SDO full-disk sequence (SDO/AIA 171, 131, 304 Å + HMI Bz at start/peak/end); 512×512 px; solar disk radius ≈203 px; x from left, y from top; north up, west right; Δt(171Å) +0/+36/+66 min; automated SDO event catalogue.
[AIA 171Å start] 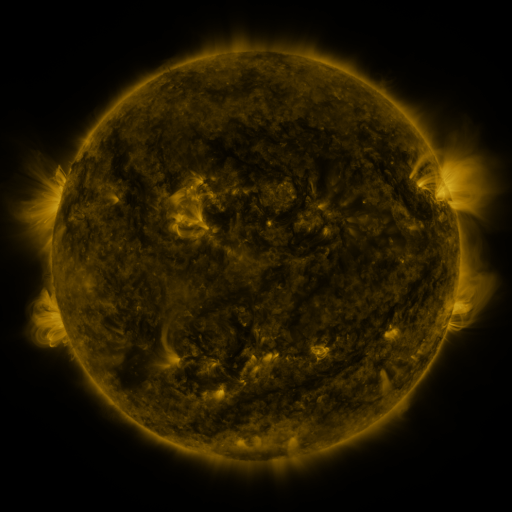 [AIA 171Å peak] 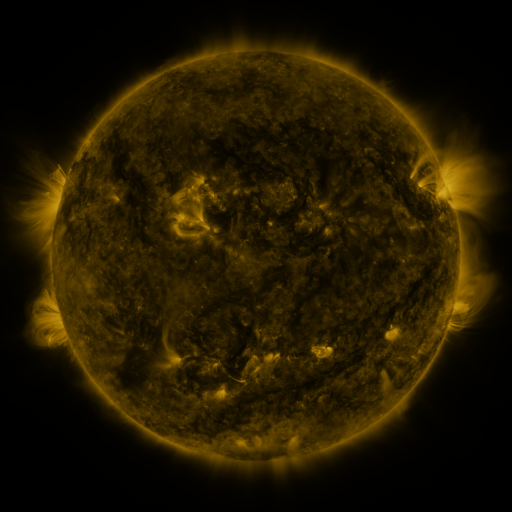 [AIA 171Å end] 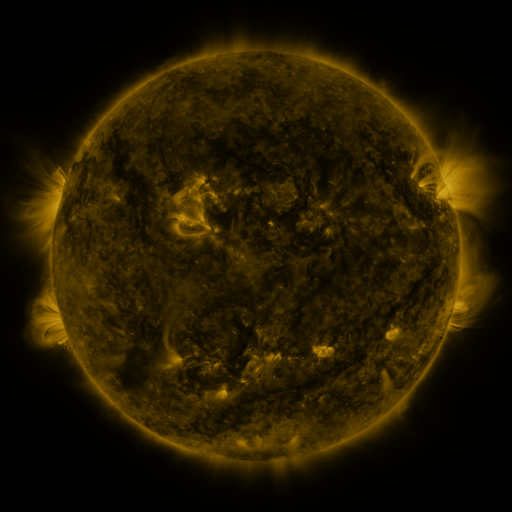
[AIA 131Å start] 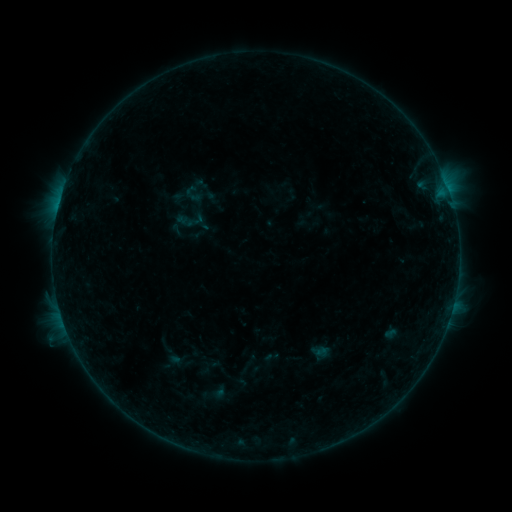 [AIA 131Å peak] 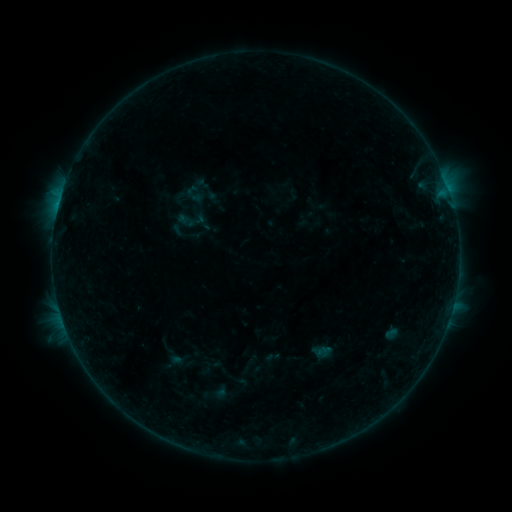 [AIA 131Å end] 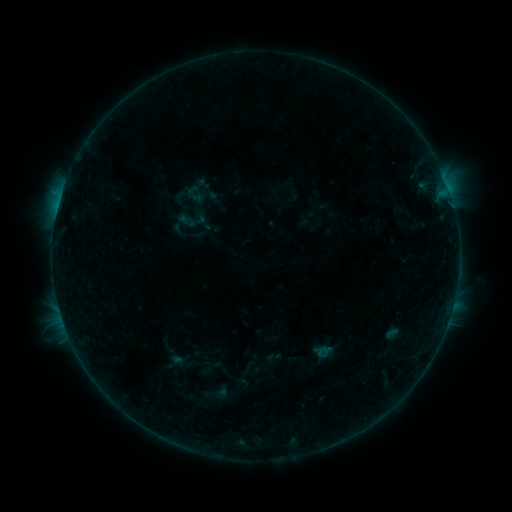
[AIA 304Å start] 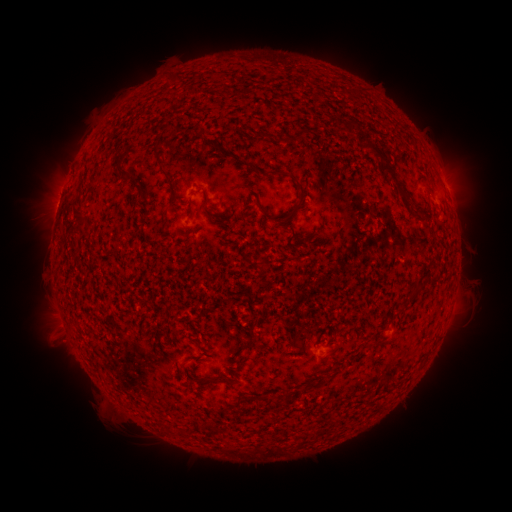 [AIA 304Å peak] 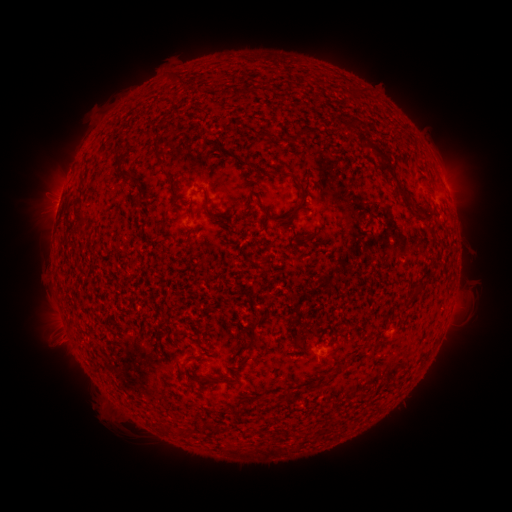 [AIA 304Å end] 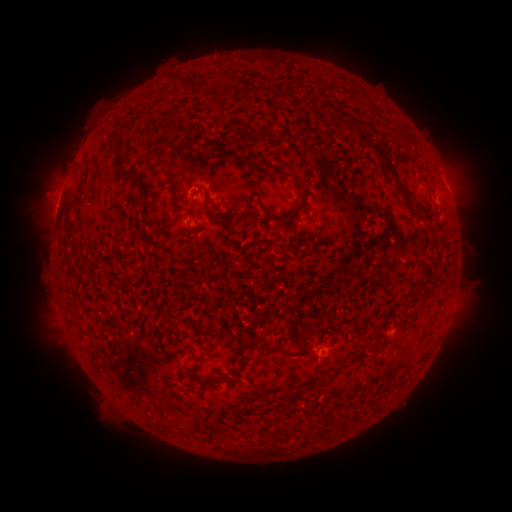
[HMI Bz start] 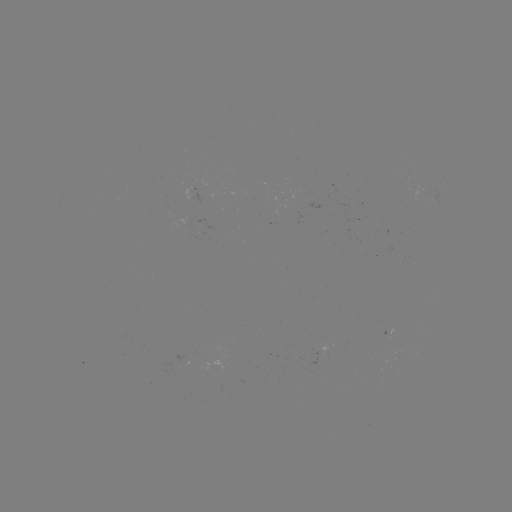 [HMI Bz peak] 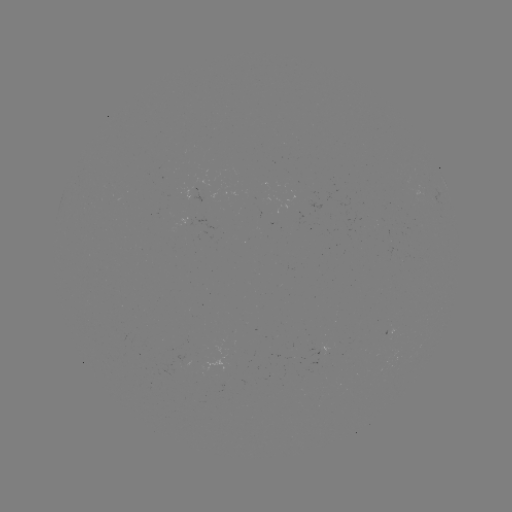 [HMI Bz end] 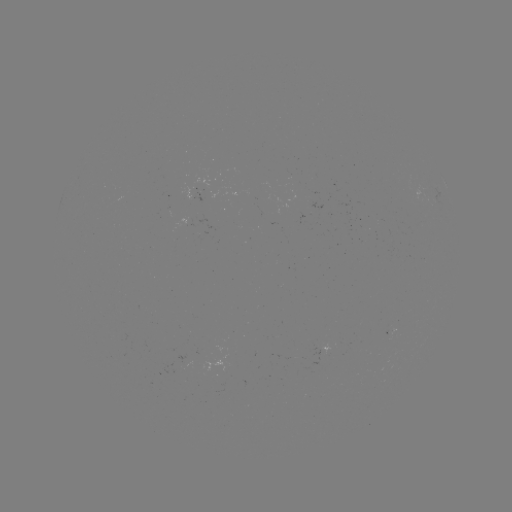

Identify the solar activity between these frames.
B4.8 flare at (61, 197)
